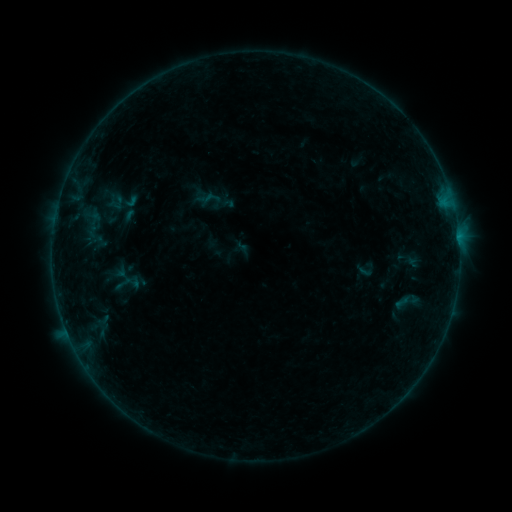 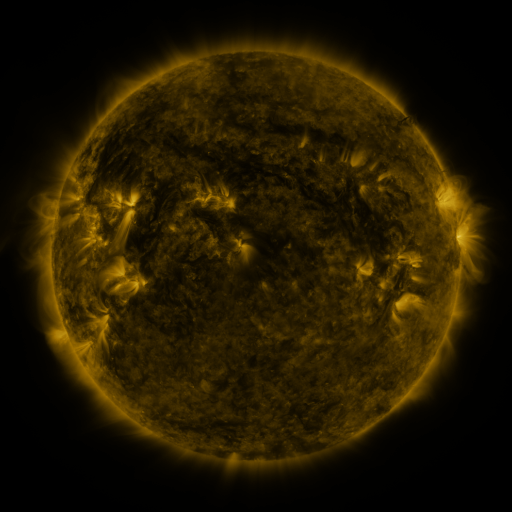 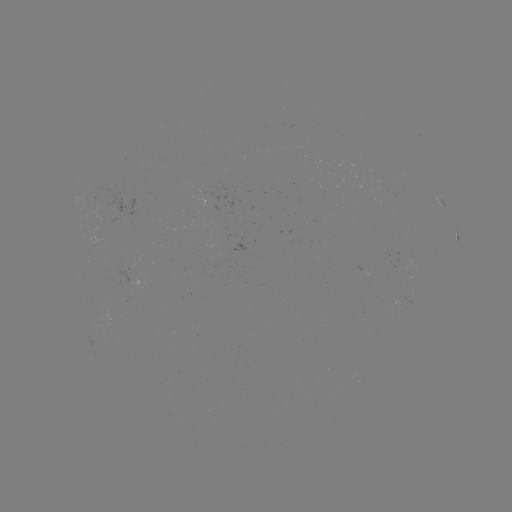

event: sigmoid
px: (364, 271)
